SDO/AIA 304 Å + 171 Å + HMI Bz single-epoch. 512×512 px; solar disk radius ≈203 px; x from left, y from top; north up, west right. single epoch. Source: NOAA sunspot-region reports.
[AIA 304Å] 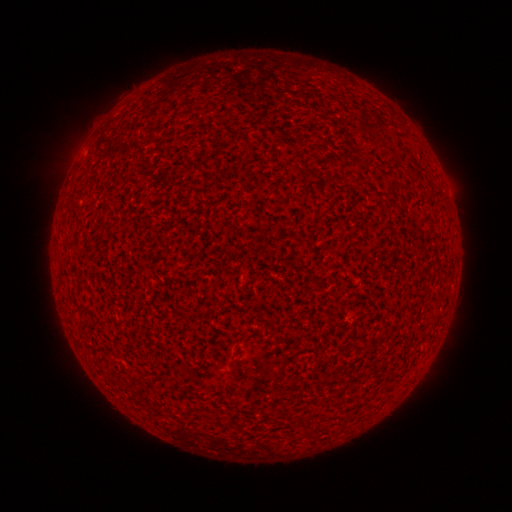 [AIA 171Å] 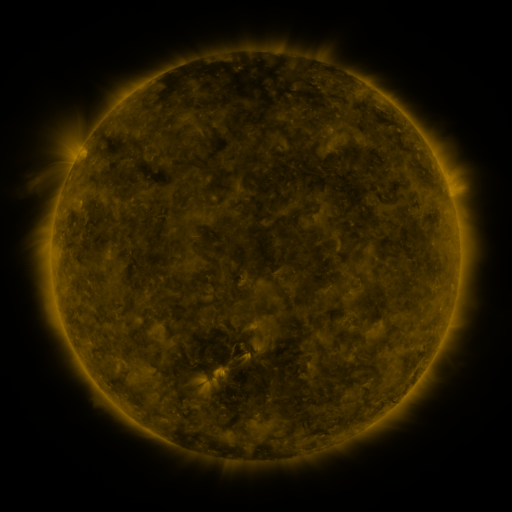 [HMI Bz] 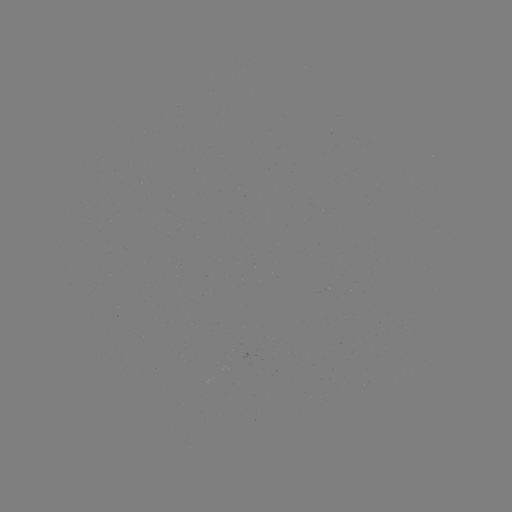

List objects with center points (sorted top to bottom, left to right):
(none)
